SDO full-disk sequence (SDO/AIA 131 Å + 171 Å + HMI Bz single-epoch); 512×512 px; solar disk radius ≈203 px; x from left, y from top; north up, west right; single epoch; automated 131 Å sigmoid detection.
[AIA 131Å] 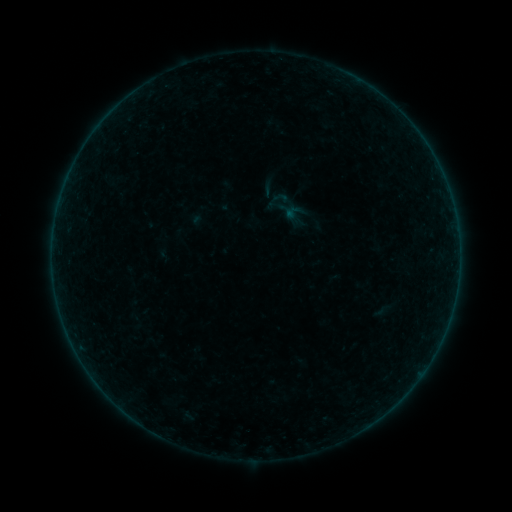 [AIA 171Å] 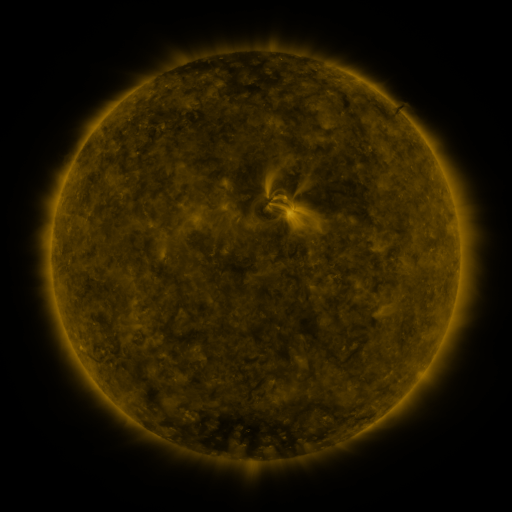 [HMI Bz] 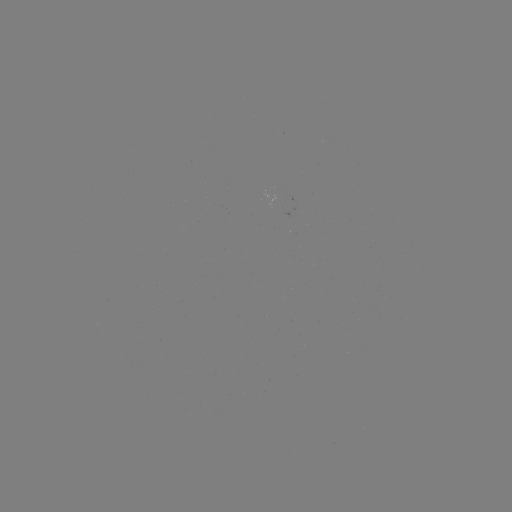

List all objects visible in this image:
sigmoid: [271, 189, 289, 207]
